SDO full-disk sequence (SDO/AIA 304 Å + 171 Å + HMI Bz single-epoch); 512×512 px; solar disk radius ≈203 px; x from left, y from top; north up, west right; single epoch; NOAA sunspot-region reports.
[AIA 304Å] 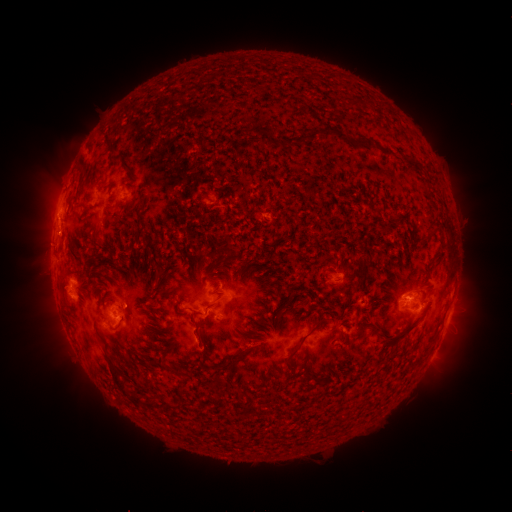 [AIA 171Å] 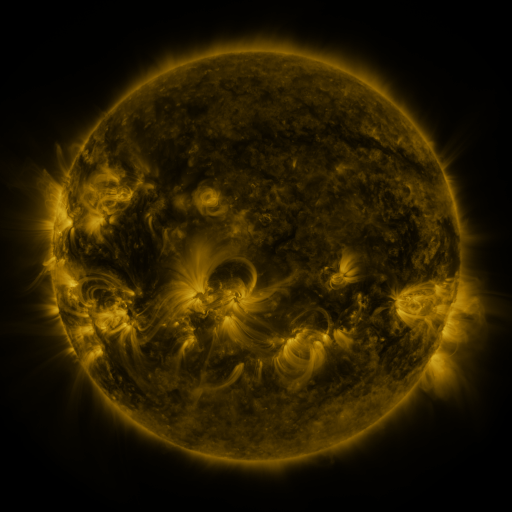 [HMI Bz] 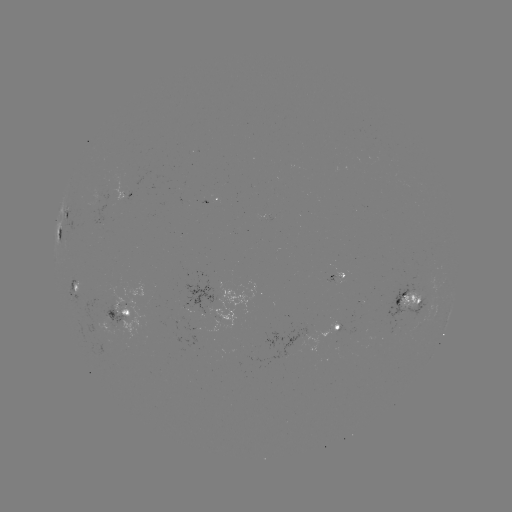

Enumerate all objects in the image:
spotted active region: (67, 213)
spotted active region: (60, 234)
spotted active region: (341, 276)
spotted active region: (76, 283)
spotted active region: (410, 301)
spotted active region: (117, 311)
spotted active region: (447, 322)
spotted active region: (333, 328)
